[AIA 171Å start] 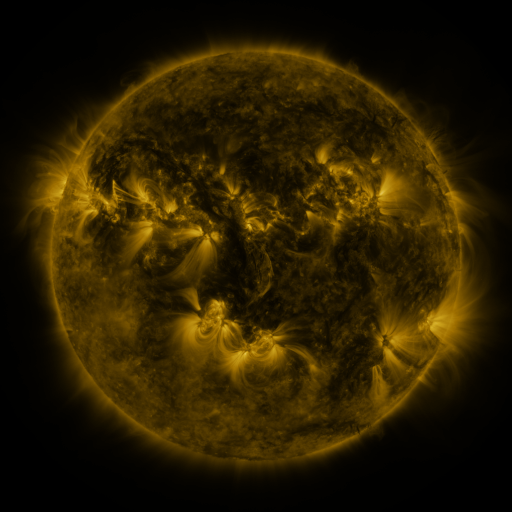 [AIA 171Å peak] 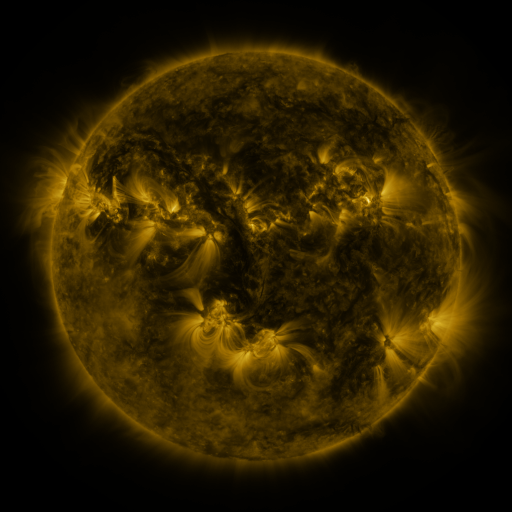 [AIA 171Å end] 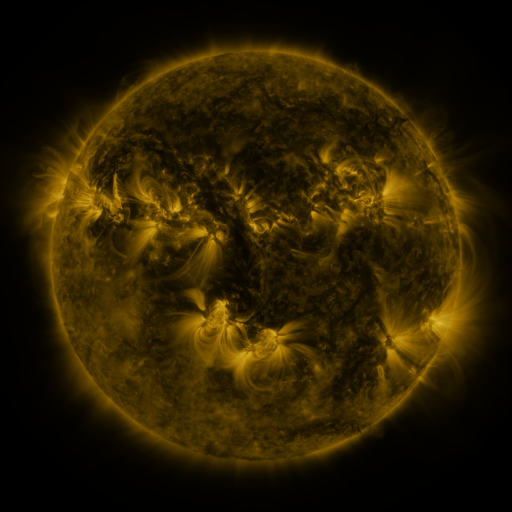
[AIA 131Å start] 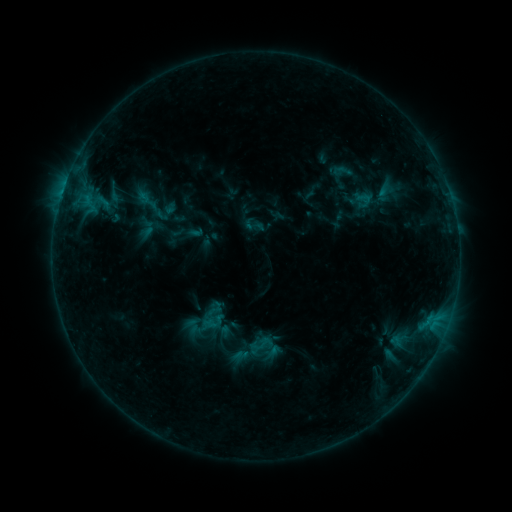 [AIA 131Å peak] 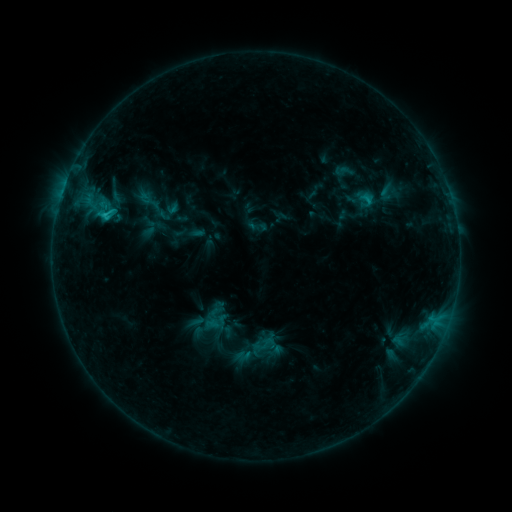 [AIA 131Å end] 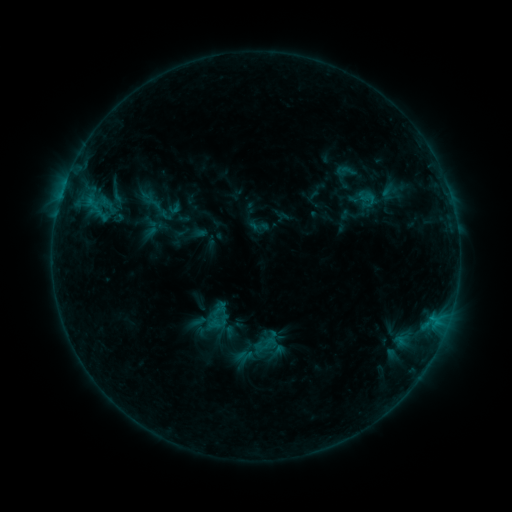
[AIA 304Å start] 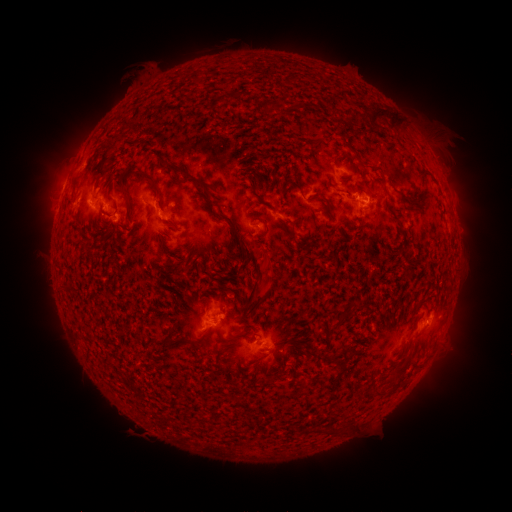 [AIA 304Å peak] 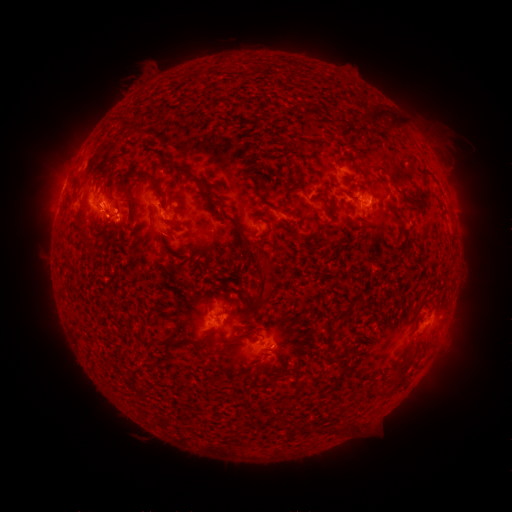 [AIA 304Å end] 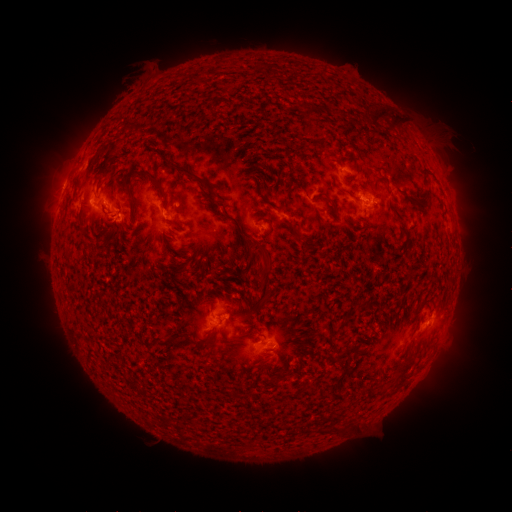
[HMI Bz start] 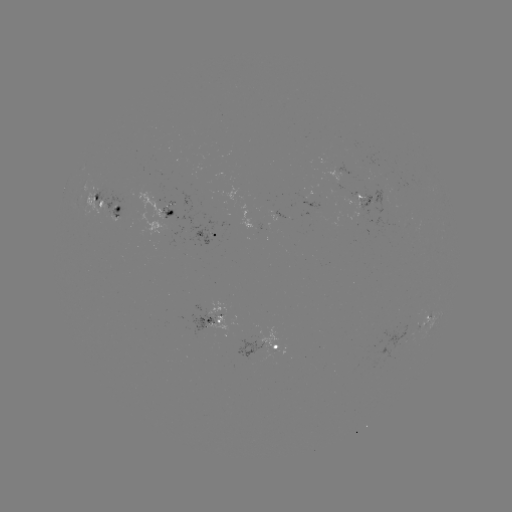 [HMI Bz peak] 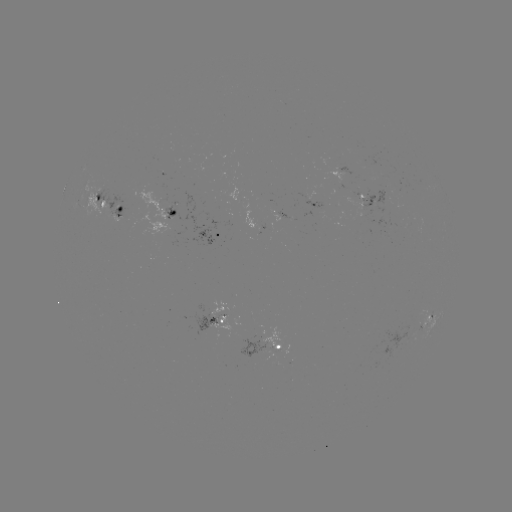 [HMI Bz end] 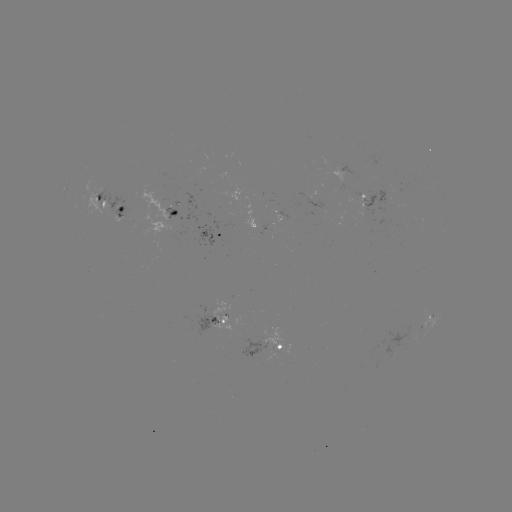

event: flare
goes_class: C1.5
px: (107, 218)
